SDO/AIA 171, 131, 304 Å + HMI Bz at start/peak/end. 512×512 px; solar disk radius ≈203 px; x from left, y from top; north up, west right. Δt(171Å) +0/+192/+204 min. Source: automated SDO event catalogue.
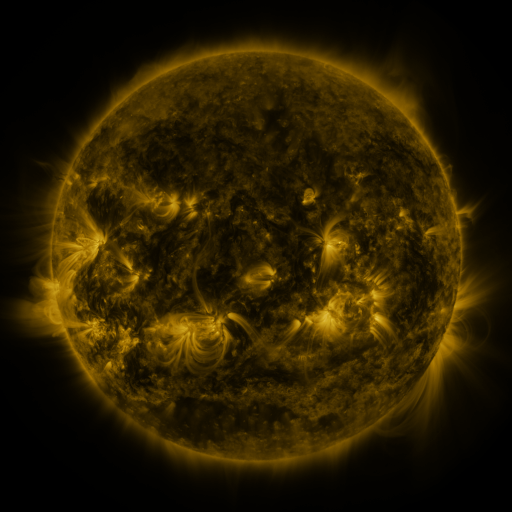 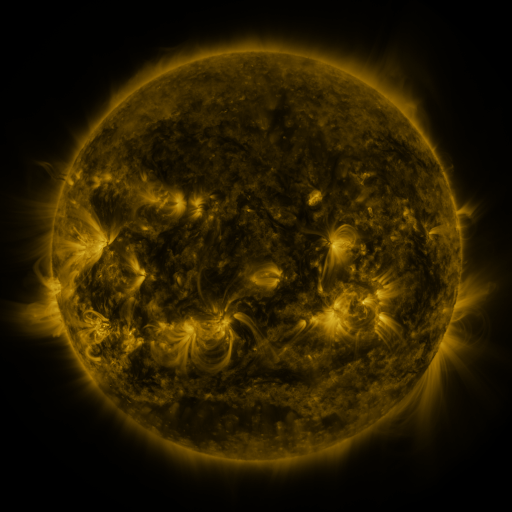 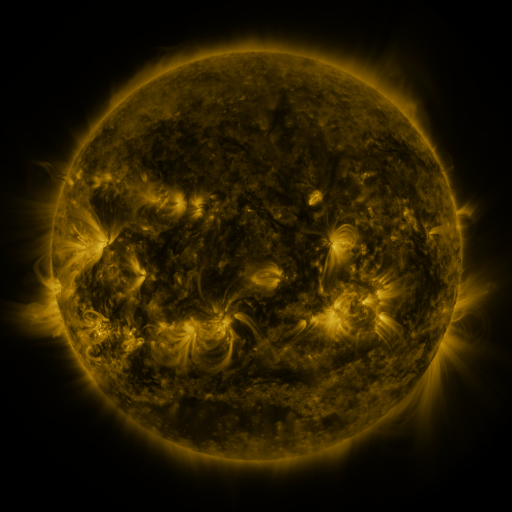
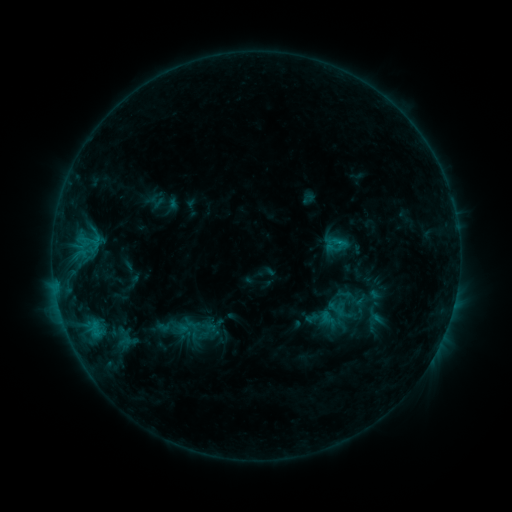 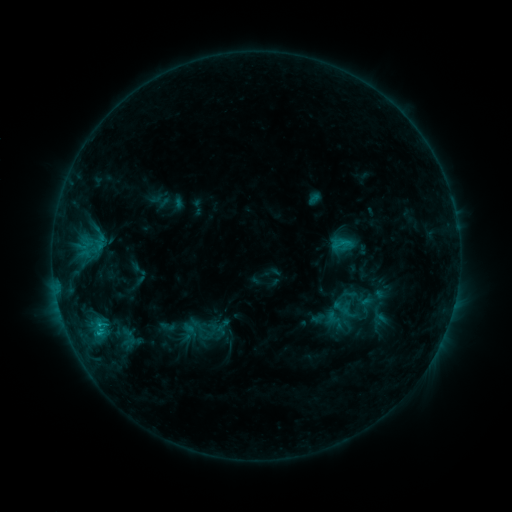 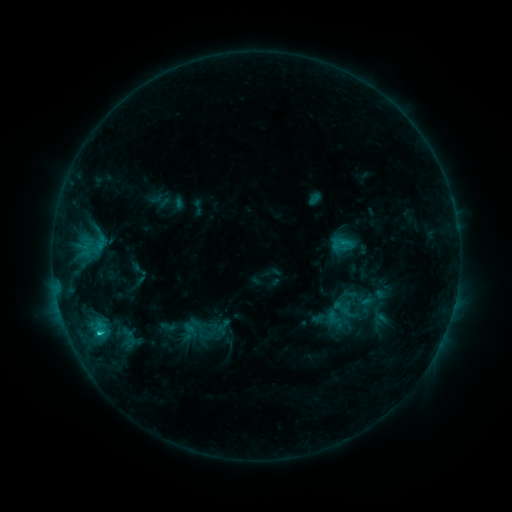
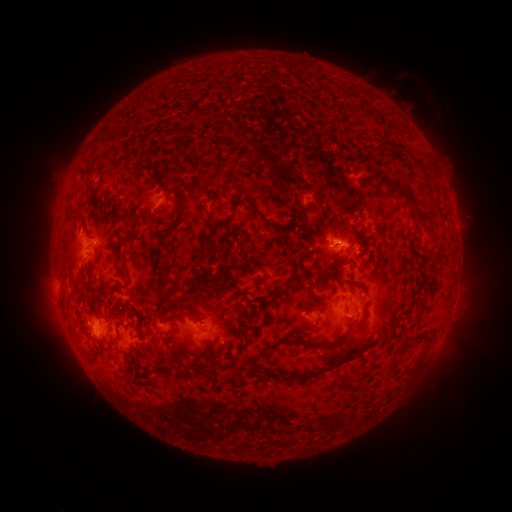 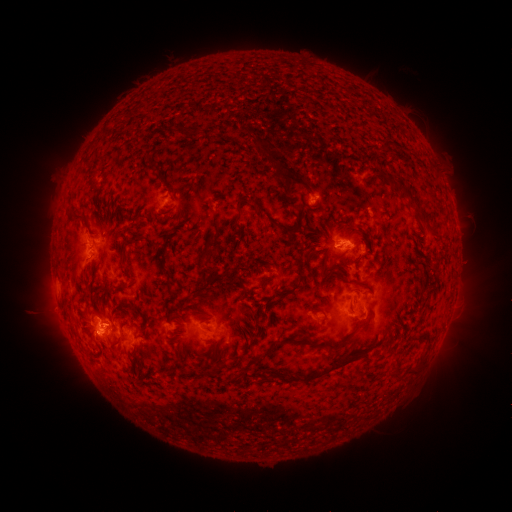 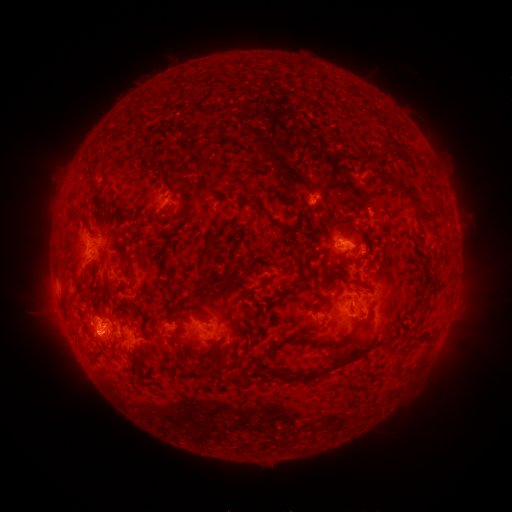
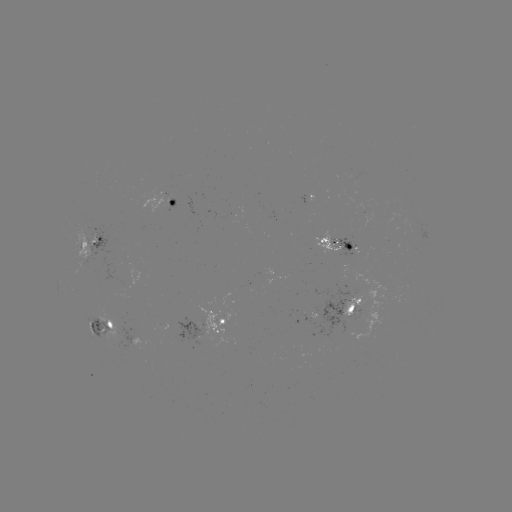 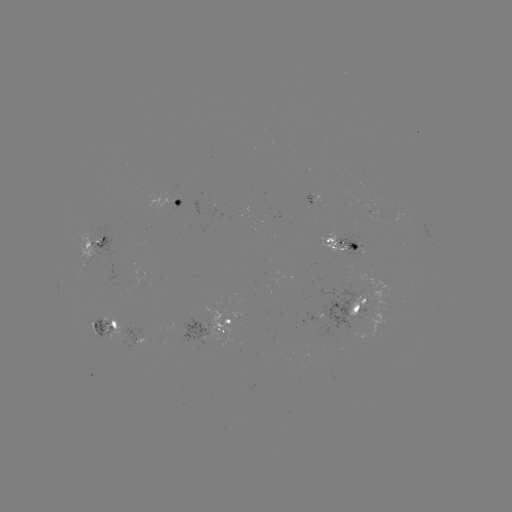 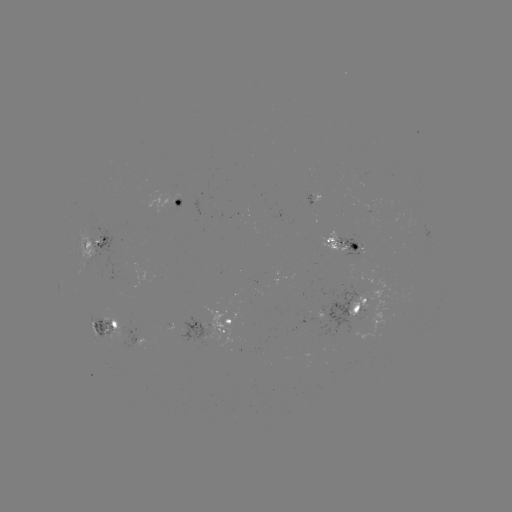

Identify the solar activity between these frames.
emerging-flux region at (257, 285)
